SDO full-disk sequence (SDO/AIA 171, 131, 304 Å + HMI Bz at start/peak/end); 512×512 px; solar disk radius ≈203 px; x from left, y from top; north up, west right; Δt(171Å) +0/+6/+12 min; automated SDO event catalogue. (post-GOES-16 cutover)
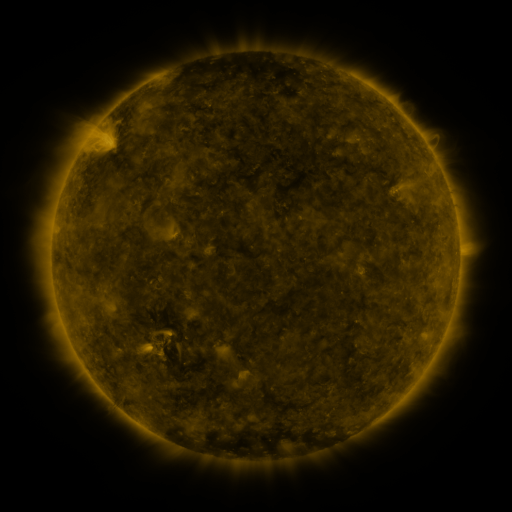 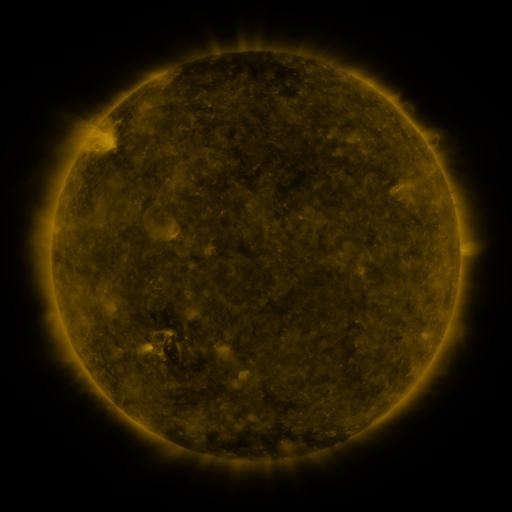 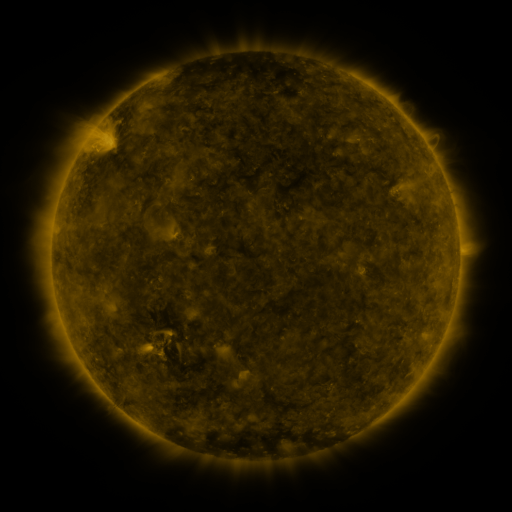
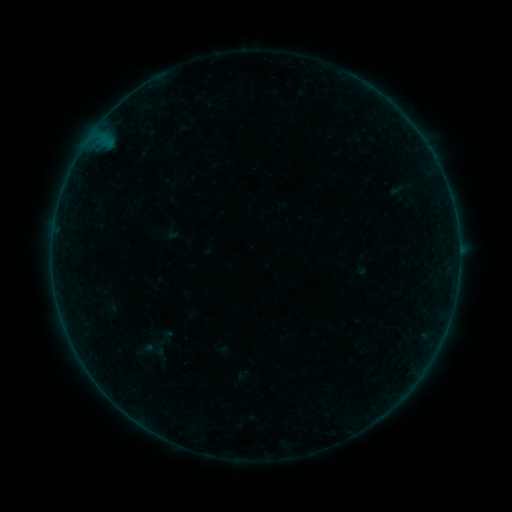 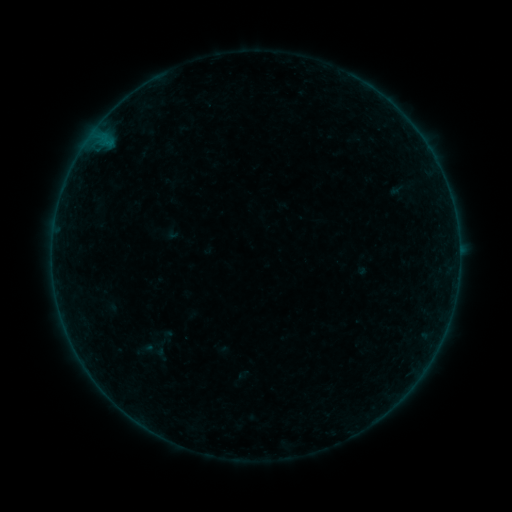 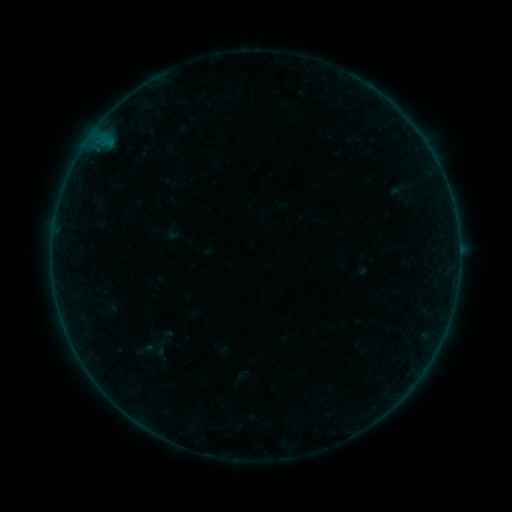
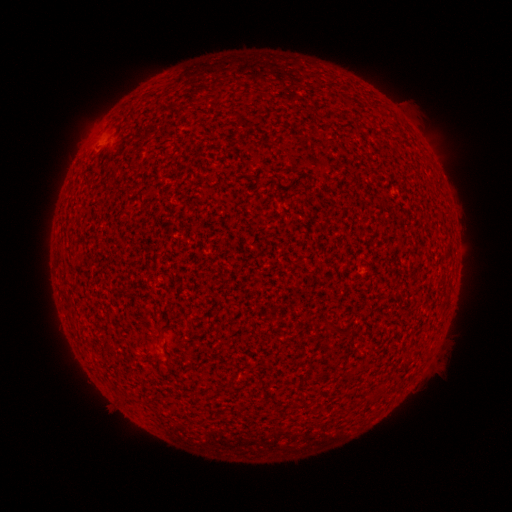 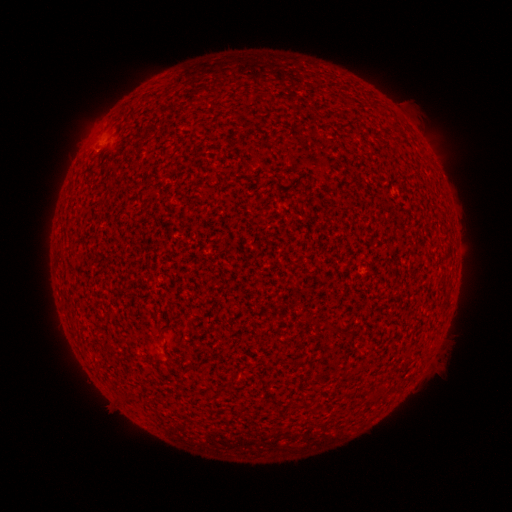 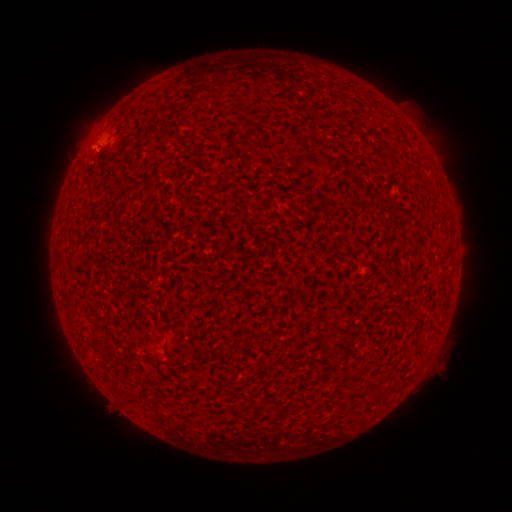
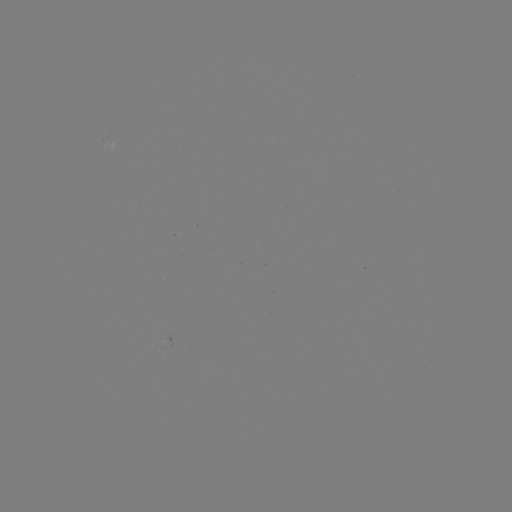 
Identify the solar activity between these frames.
A2.8 flare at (97, 153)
